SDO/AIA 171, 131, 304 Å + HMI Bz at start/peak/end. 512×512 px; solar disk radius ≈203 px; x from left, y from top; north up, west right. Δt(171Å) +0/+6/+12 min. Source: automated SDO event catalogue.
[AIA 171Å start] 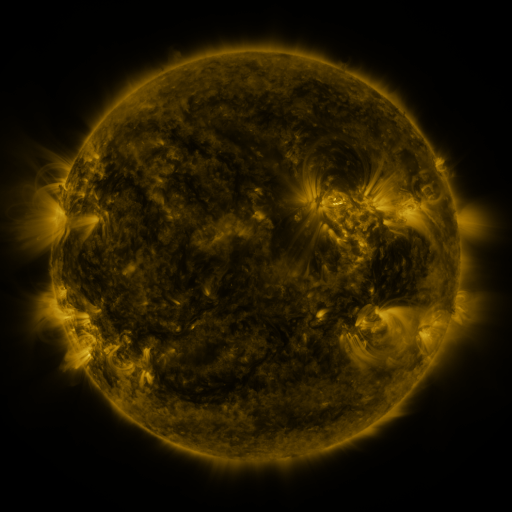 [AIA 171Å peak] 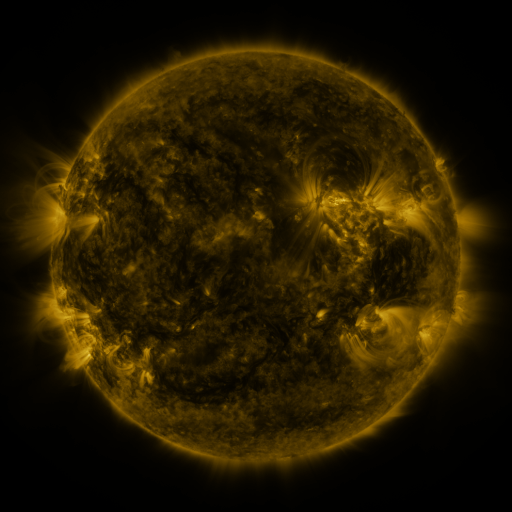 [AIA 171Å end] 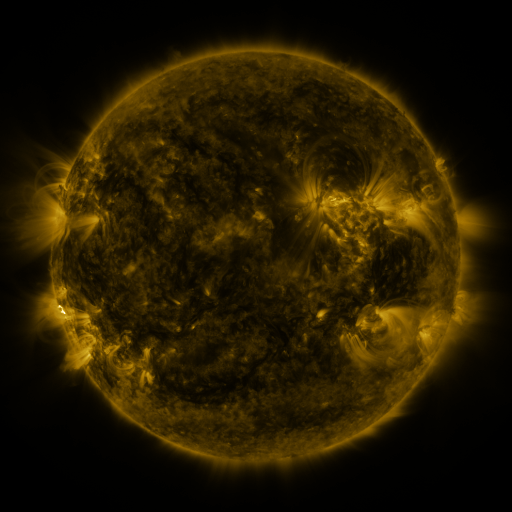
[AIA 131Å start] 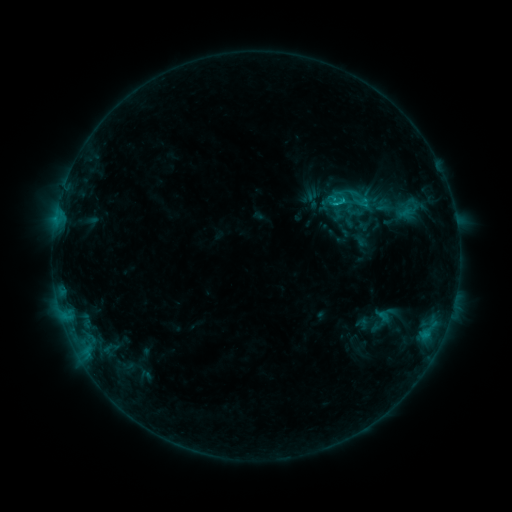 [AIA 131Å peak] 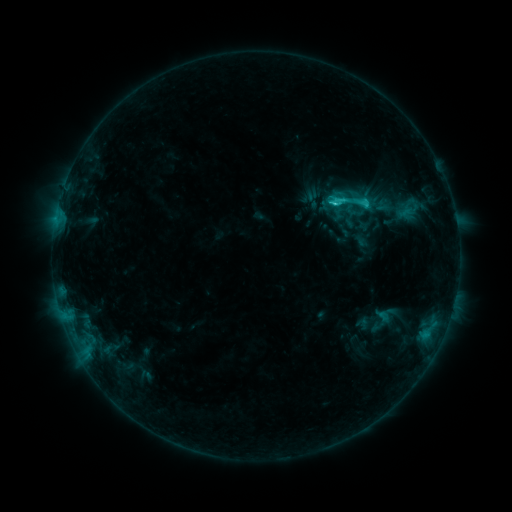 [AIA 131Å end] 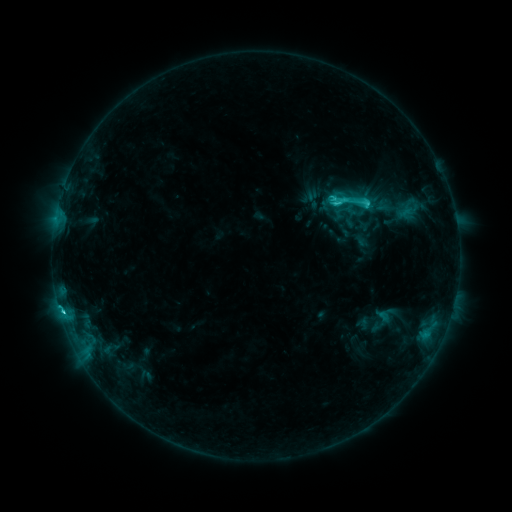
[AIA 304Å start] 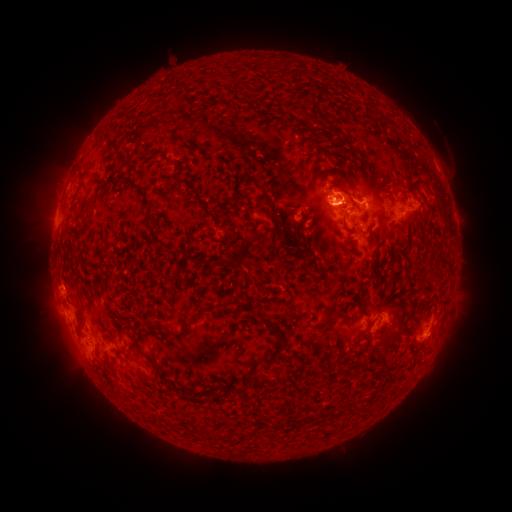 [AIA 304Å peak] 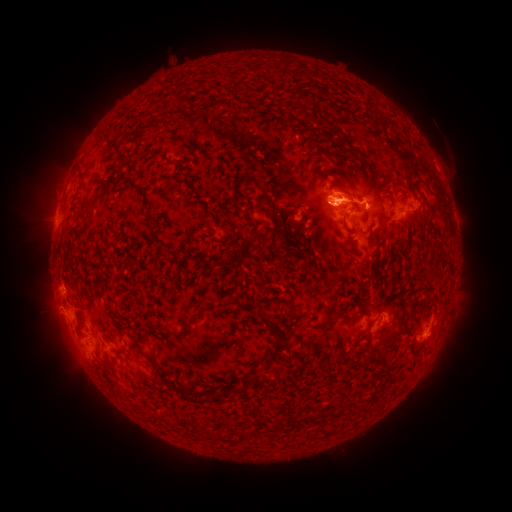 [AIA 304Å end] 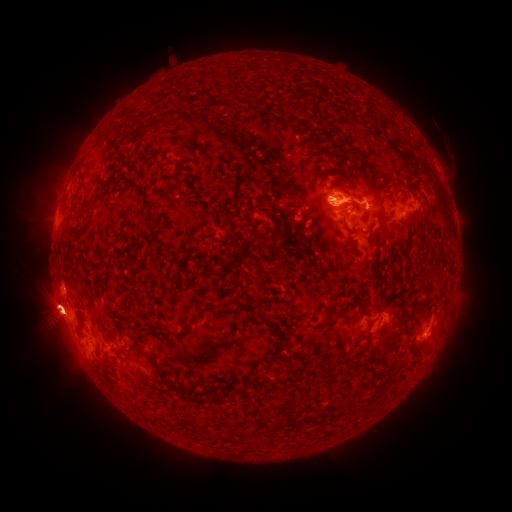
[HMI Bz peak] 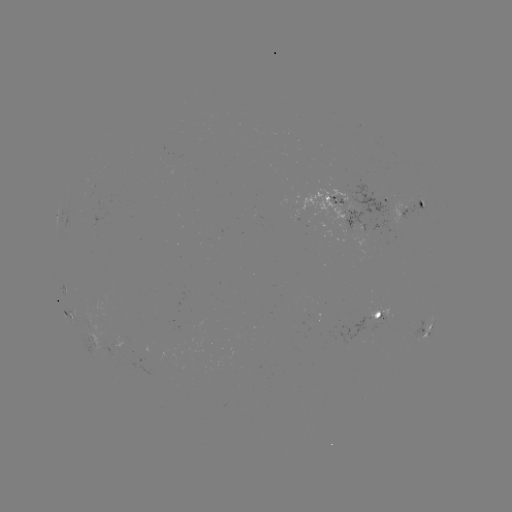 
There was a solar eruption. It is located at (341, 194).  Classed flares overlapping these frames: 1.